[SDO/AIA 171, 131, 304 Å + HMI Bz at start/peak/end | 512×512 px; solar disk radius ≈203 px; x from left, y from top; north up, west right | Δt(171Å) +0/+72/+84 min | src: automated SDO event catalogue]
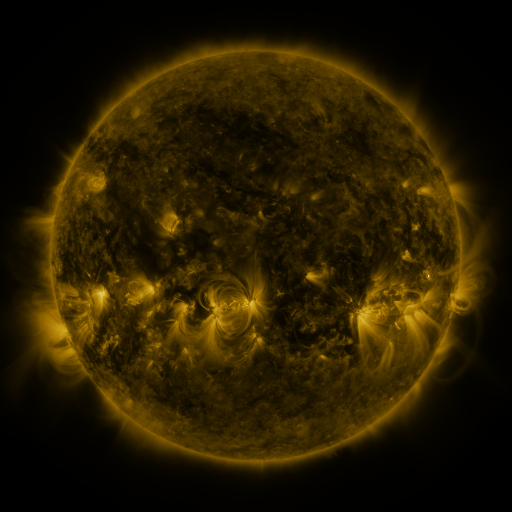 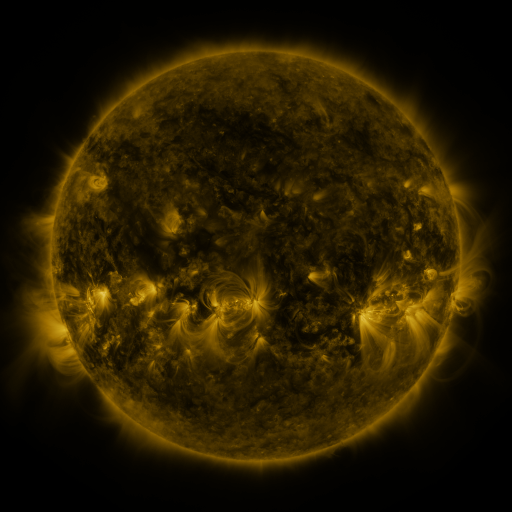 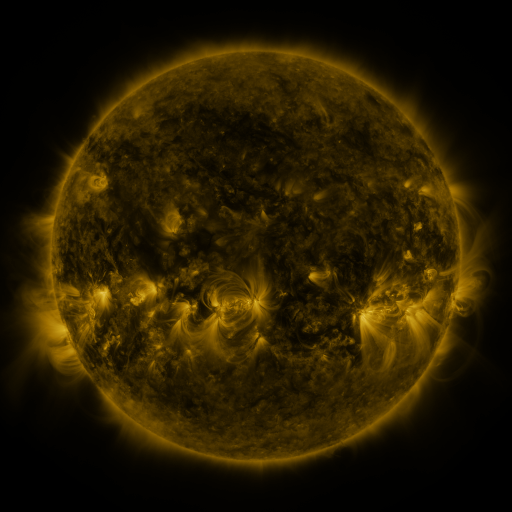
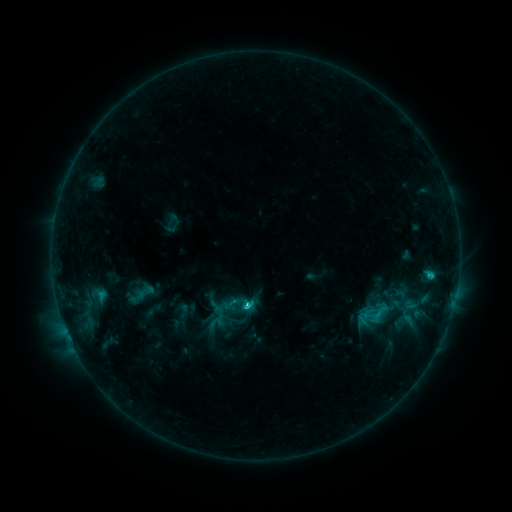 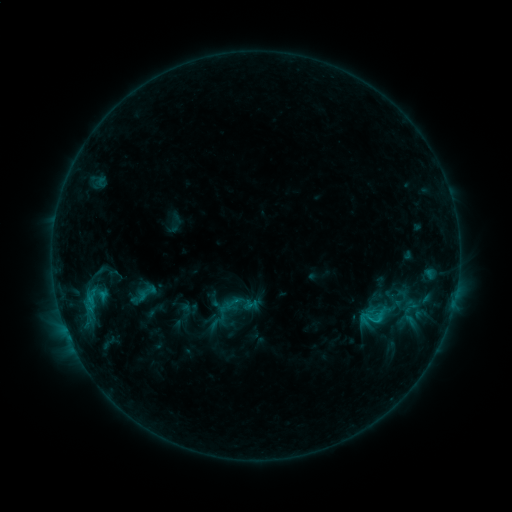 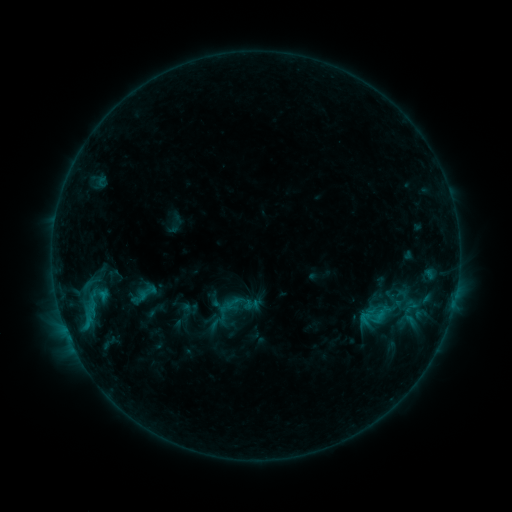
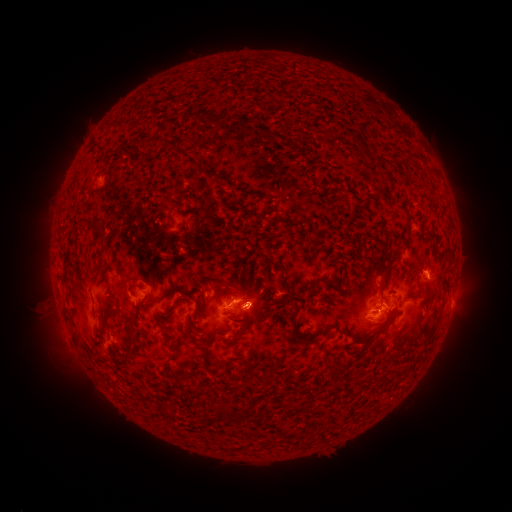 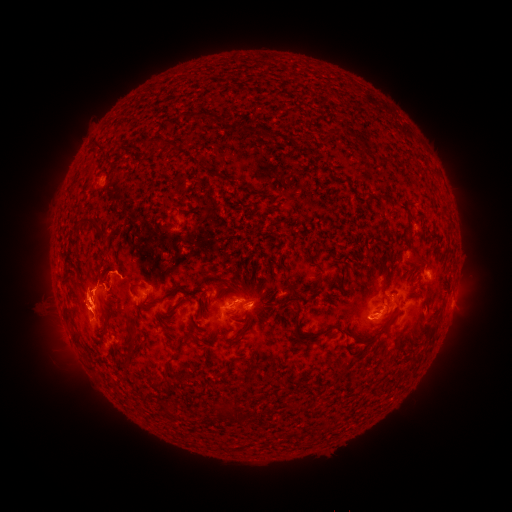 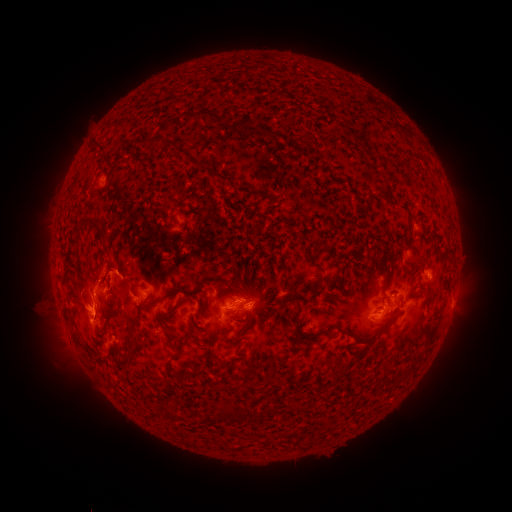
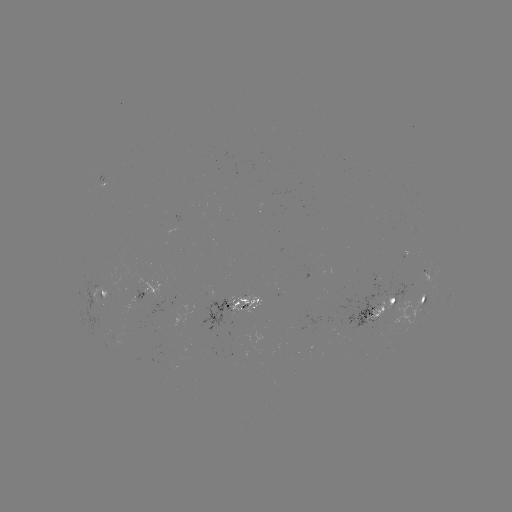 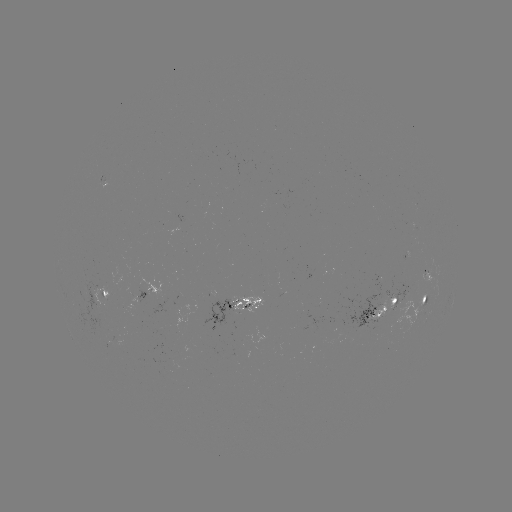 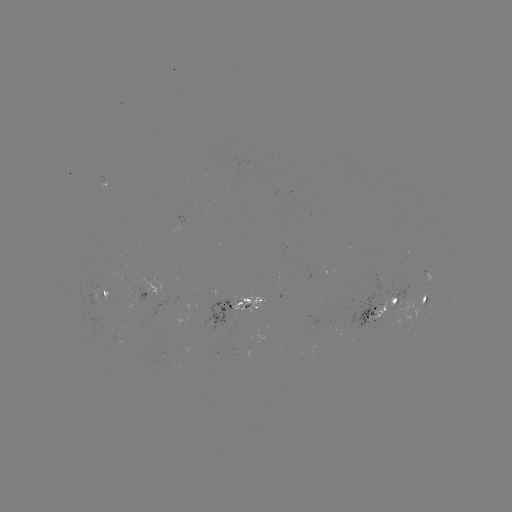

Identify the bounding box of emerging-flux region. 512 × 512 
[182, 304, 230, 331].